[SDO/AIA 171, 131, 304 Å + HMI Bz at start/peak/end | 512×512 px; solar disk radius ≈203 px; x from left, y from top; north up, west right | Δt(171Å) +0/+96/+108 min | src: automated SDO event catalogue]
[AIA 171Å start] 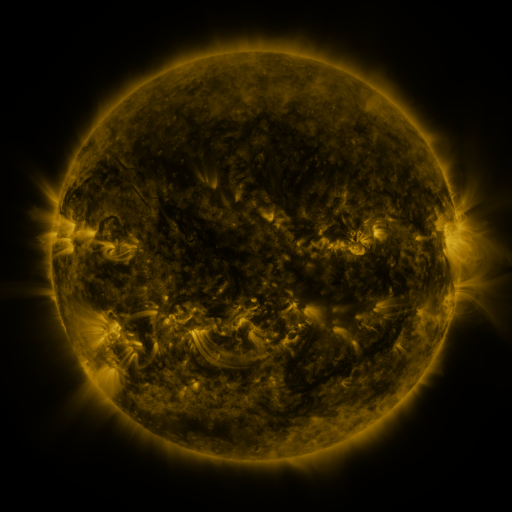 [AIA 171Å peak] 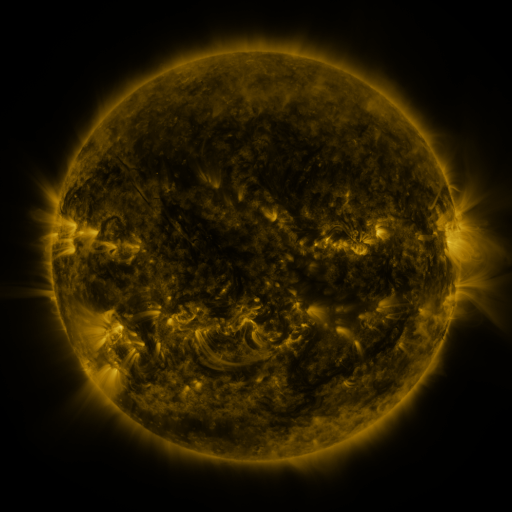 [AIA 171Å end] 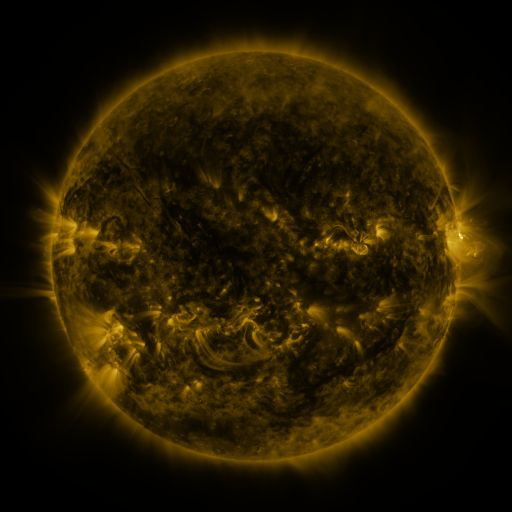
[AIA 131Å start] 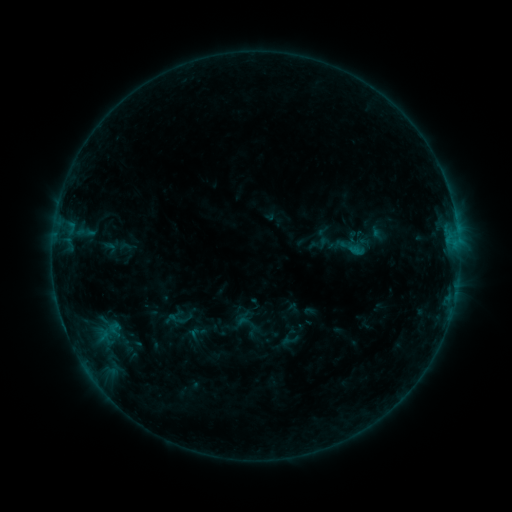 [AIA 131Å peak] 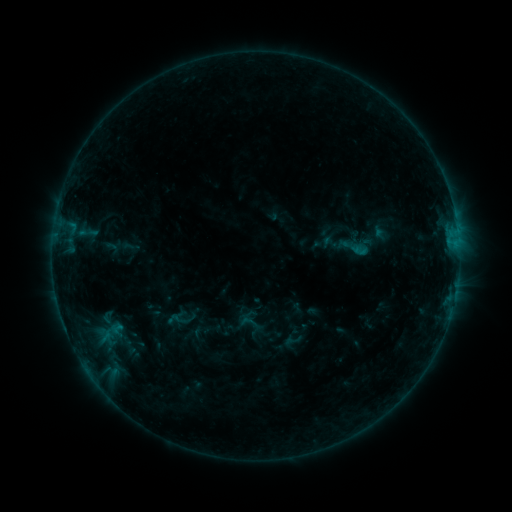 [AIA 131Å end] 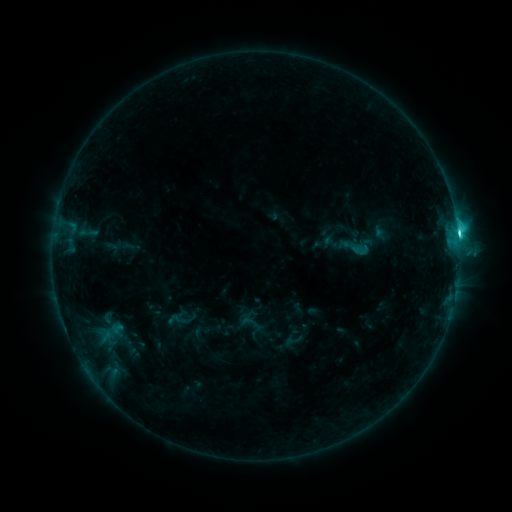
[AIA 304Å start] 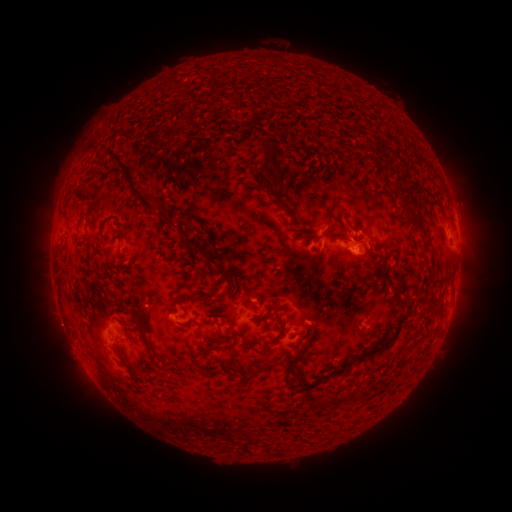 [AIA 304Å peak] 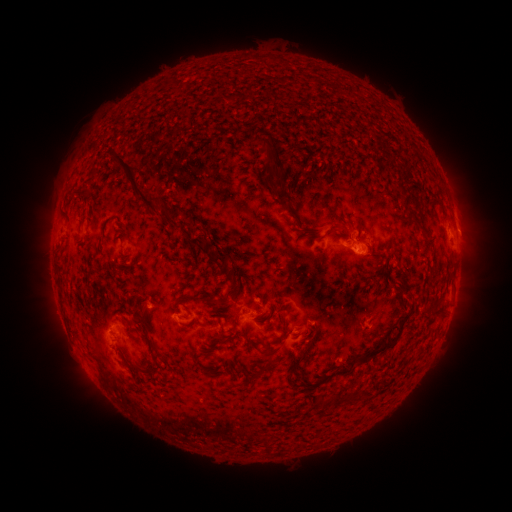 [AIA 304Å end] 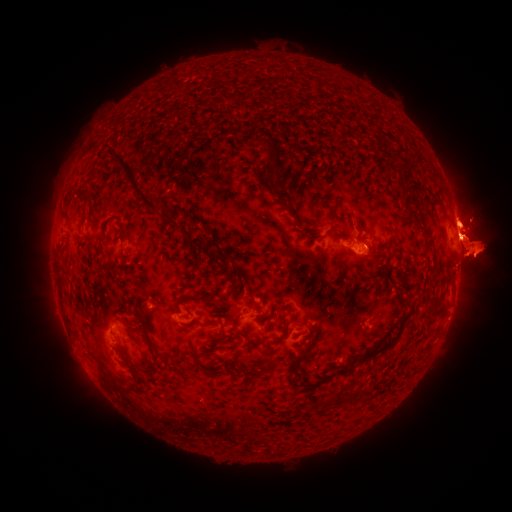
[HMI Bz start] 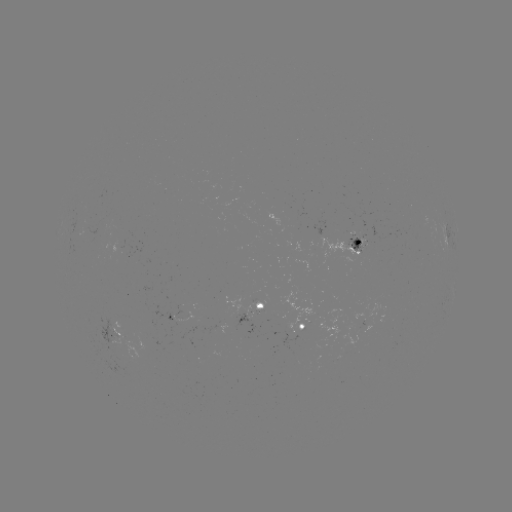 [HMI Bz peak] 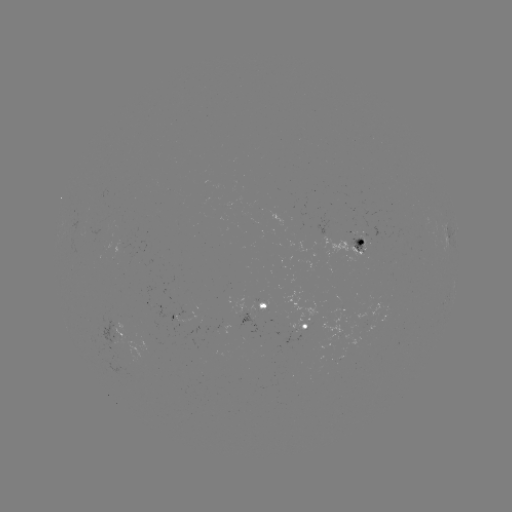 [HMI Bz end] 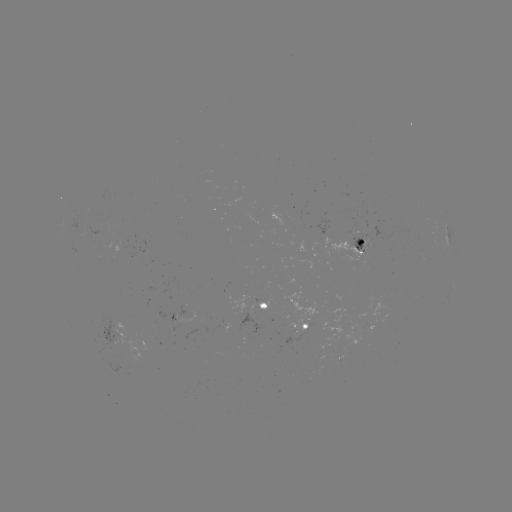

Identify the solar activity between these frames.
emerging-flux region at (336, 332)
